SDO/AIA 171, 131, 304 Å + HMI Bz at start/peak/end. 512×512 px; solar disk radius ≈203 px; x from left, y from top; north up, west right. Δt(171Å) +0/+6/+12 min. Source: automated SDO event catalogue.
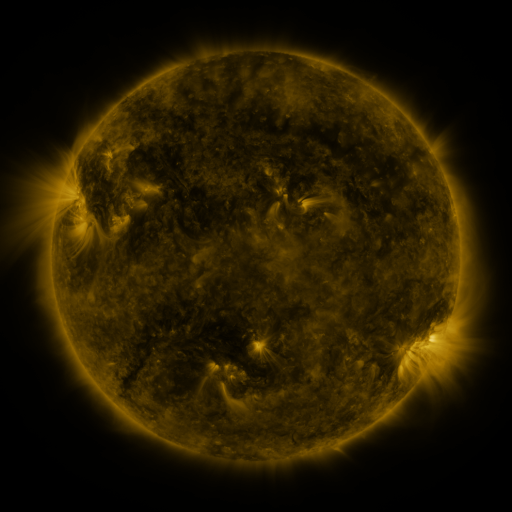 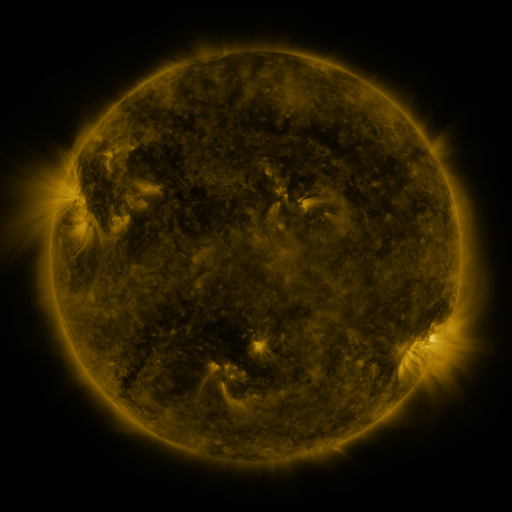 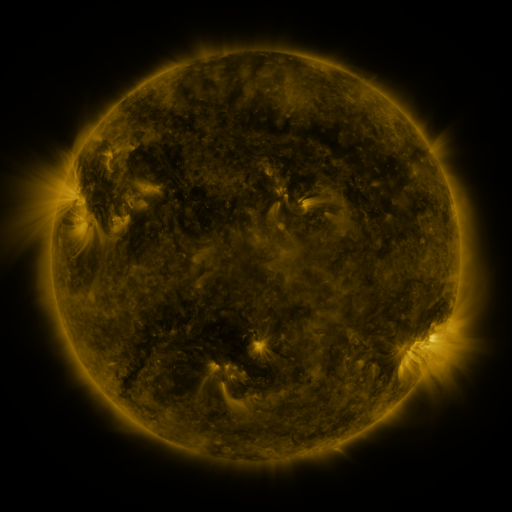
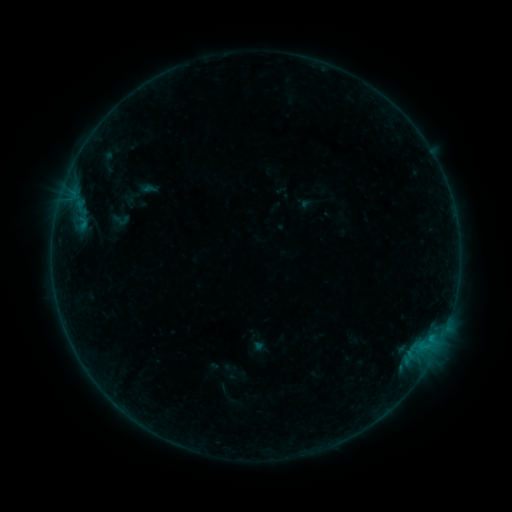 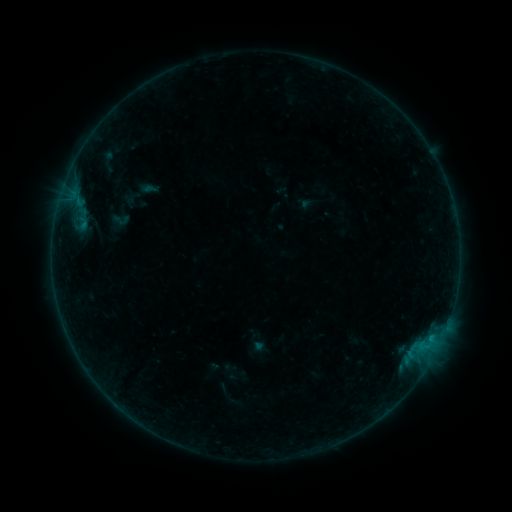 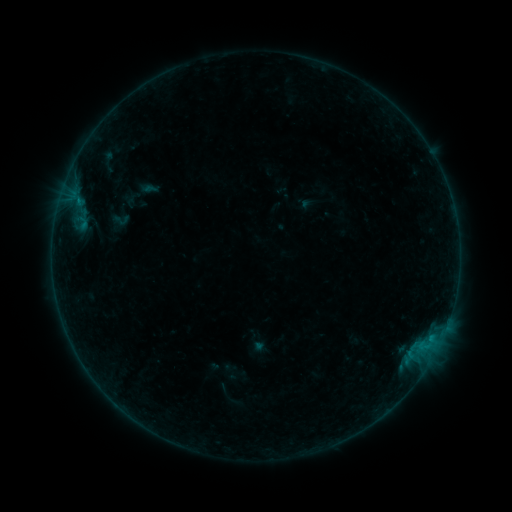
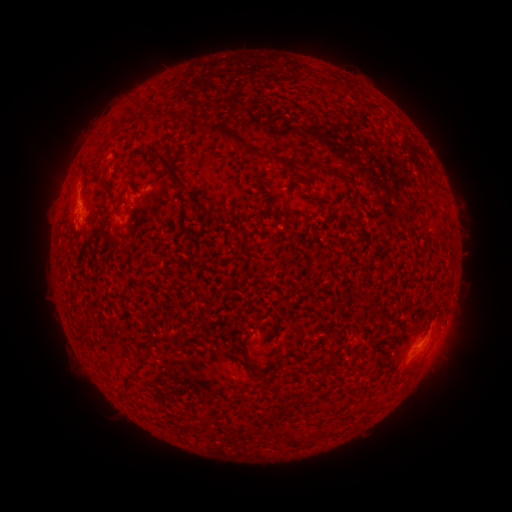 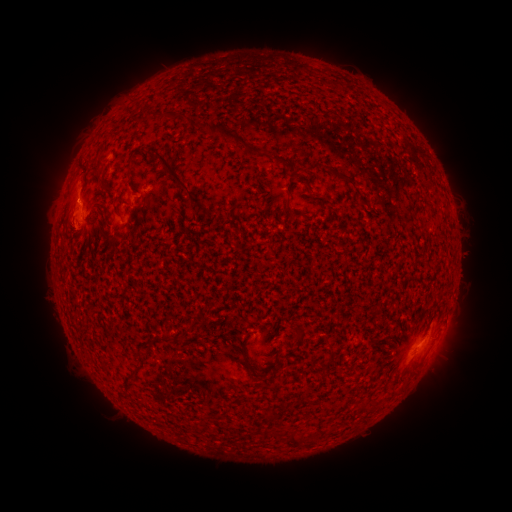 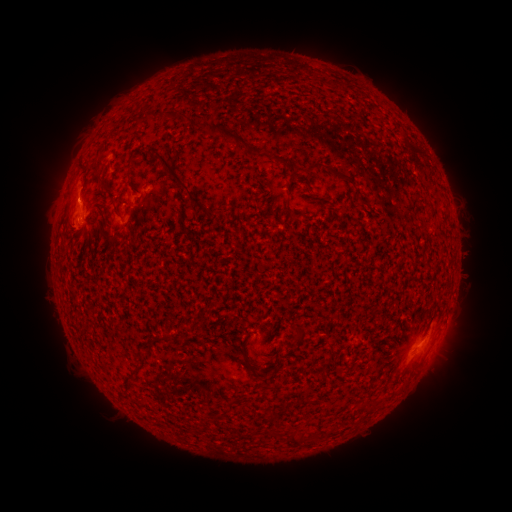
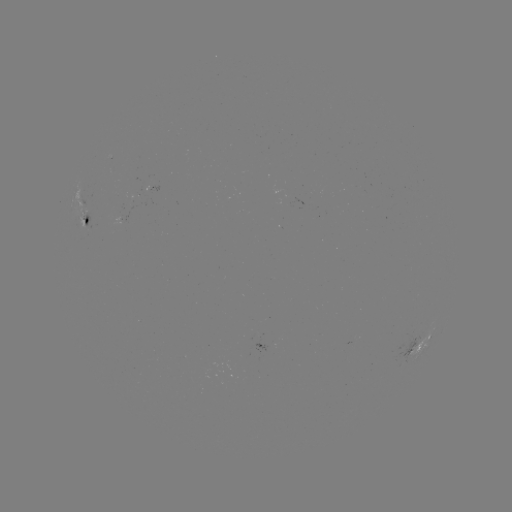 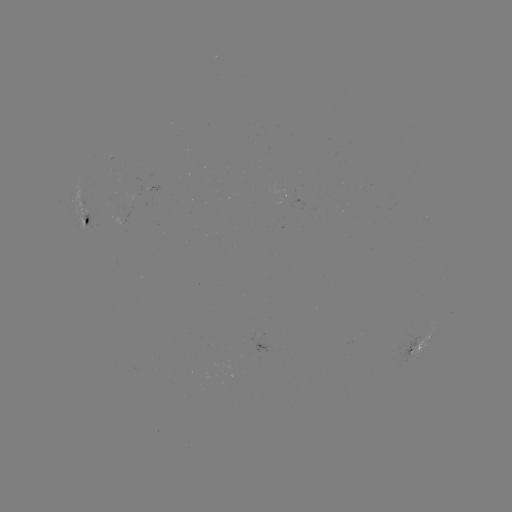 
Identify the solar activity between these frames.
B2.7 flare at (80, 201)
